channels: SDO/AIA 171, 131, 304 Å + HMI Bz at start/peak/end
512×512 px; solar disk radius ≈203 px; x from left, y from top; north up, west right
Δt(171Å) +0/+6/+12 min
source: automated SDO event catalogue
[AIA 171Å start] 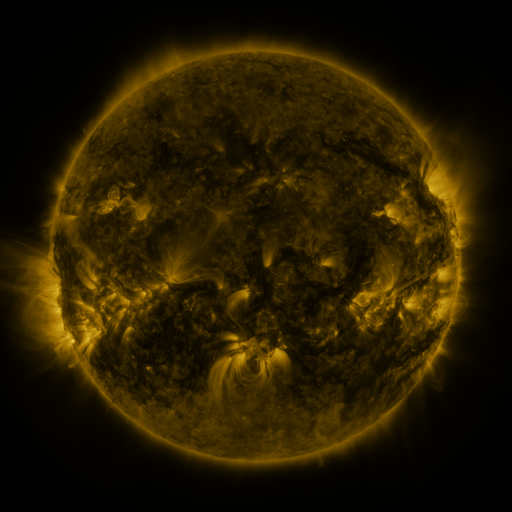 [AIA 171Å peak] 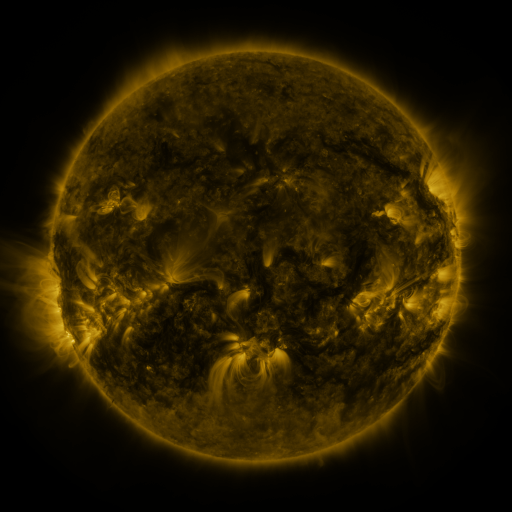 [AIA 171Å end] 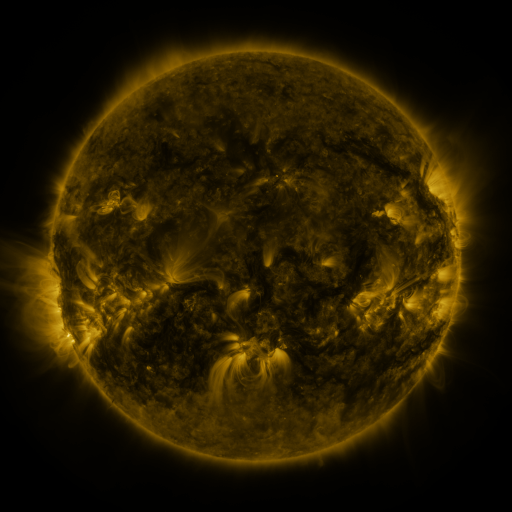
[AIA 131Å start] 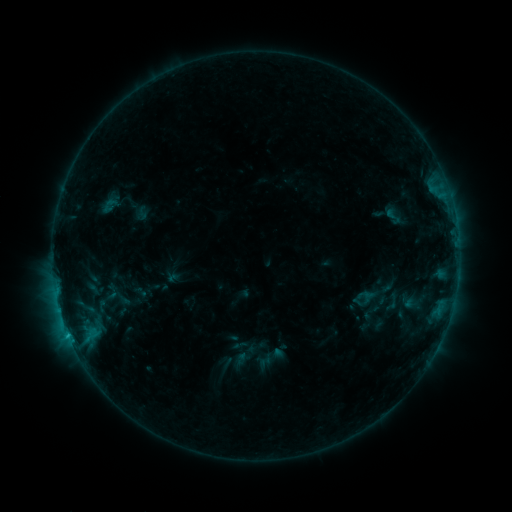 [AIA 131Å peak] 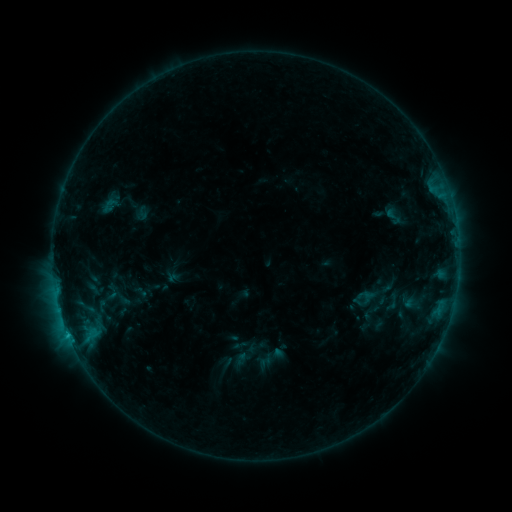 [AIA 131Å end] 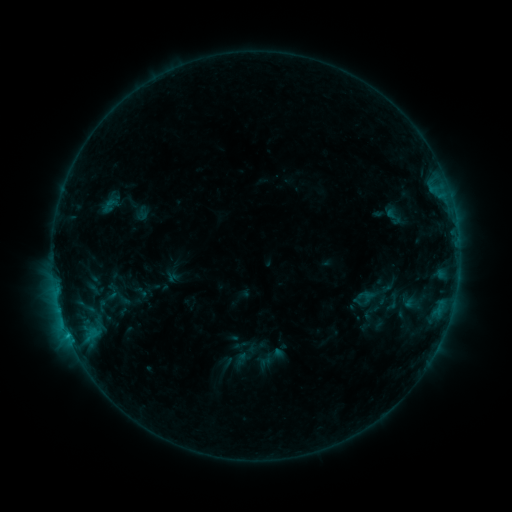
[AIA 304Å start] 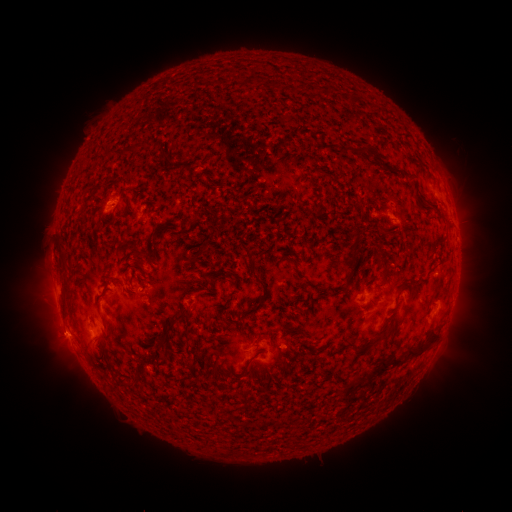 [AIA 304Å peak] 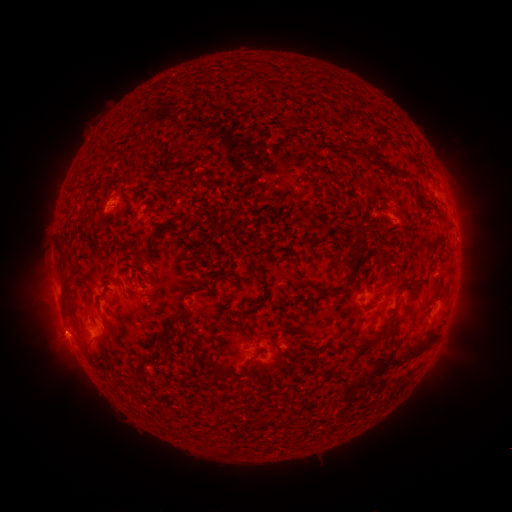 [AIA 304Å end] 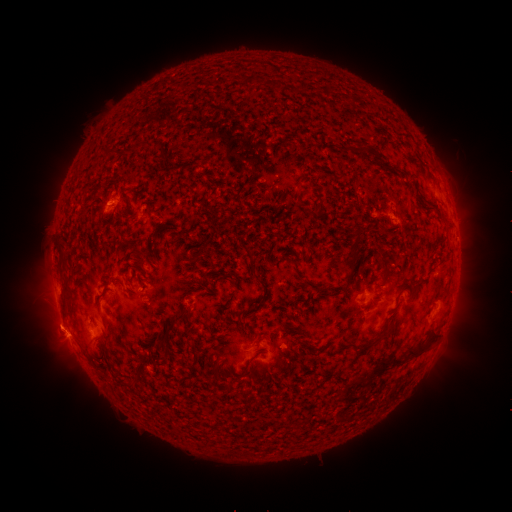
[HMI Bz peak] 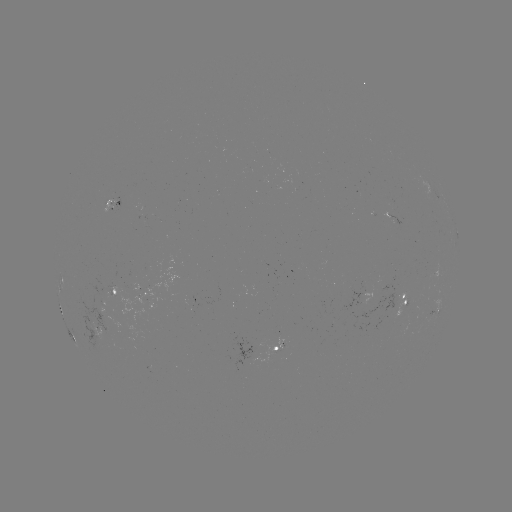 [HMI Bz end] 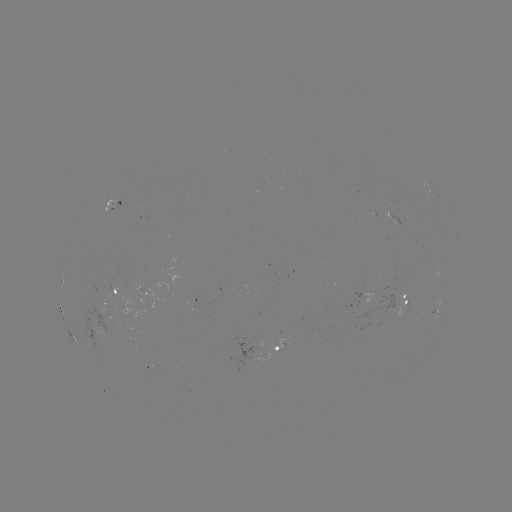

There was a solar eruption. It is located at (52, 321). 